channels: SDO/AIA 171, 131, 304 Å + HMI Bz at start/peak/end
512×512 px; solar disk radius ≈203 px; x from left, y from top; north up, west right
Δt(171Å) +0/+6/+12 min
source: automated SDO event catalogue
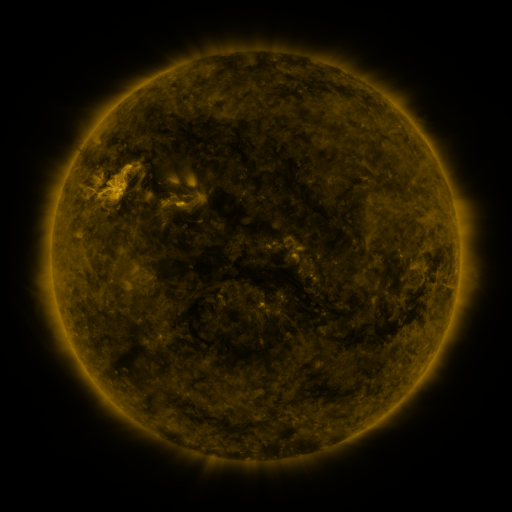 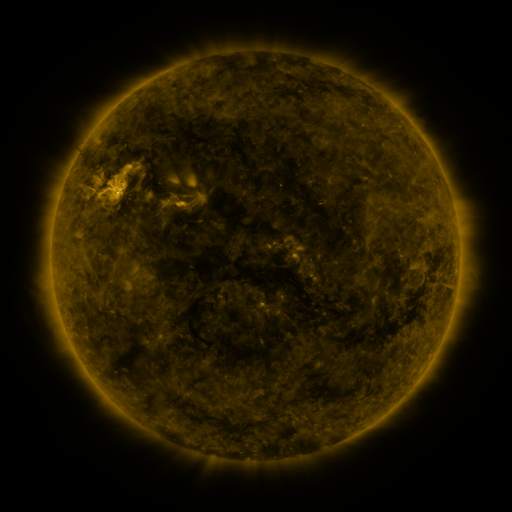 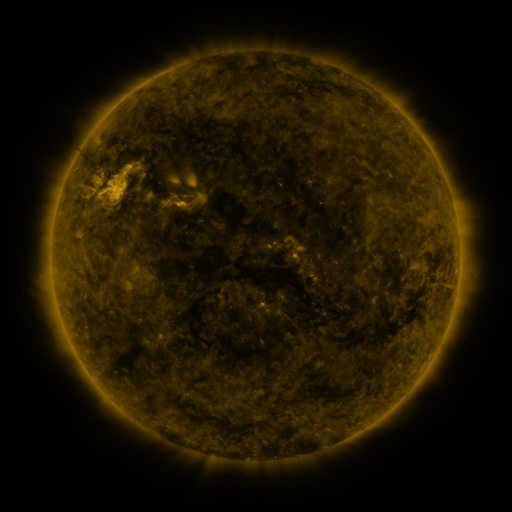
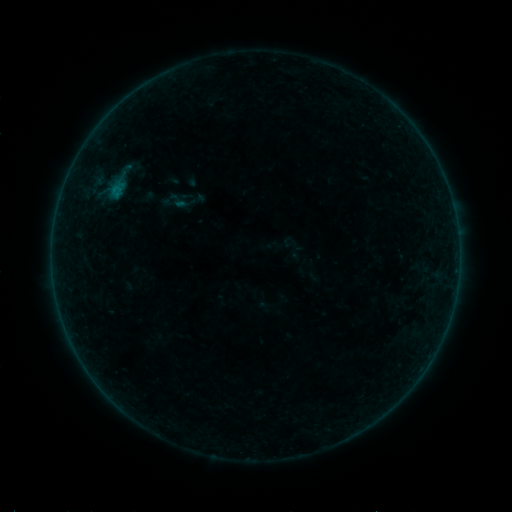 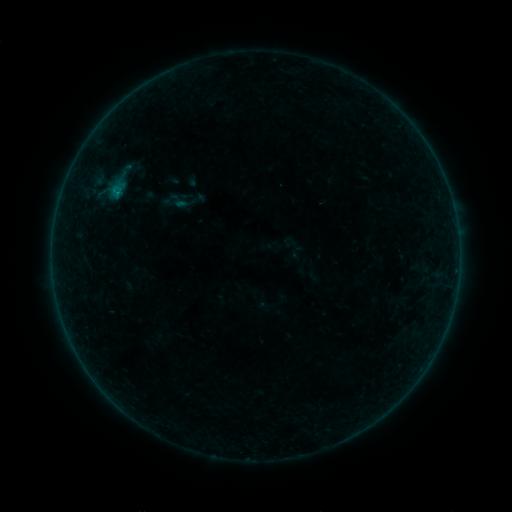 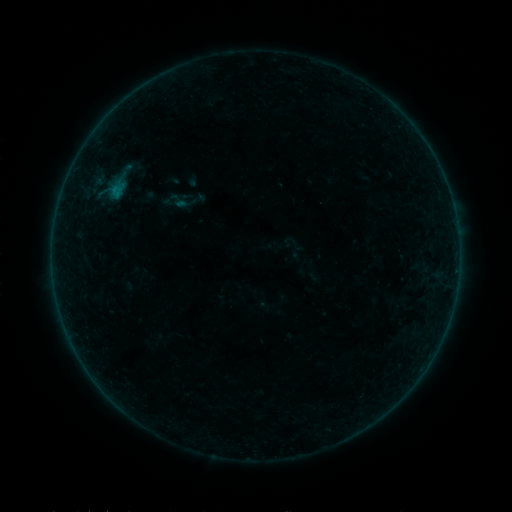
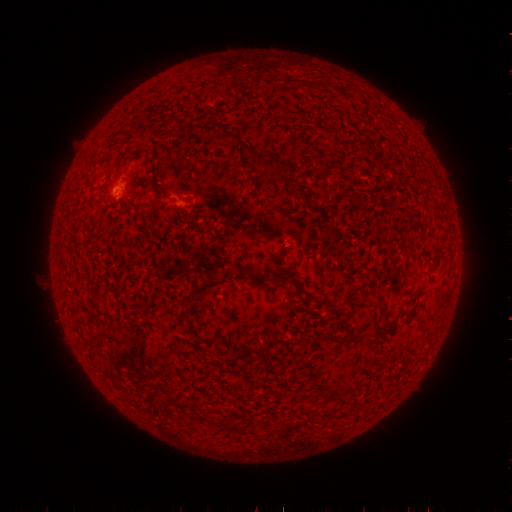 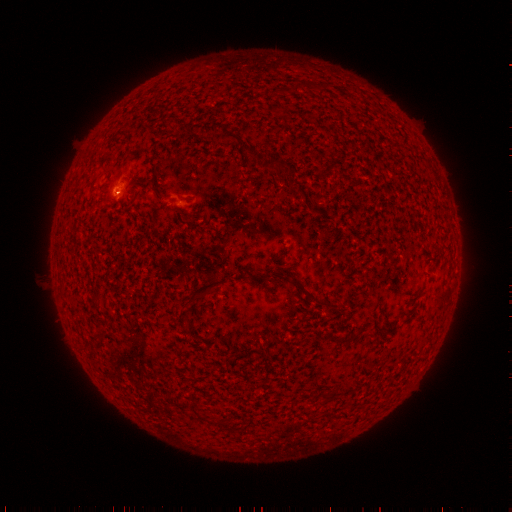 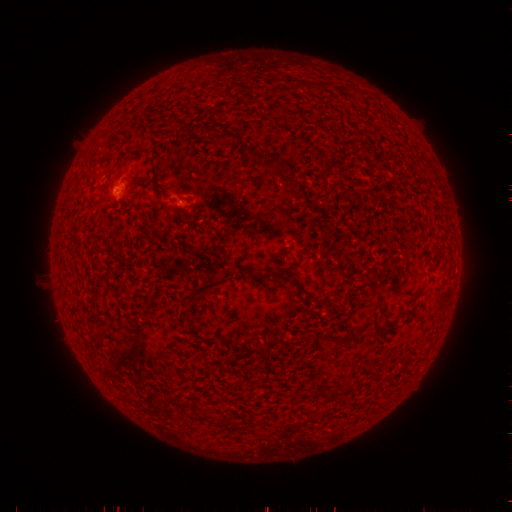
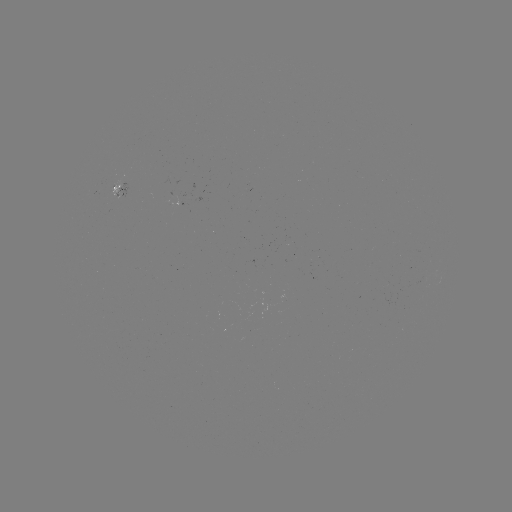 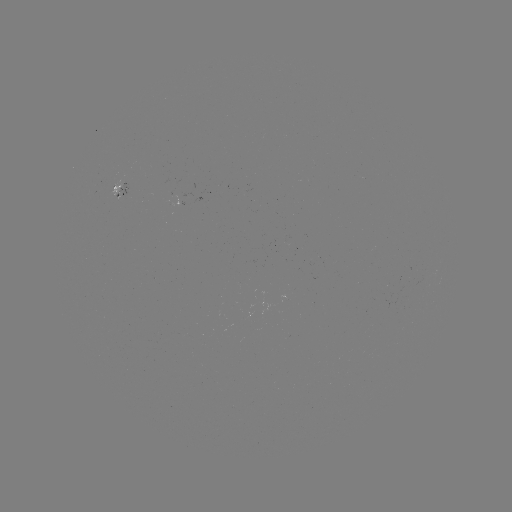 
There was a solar flare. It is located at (118, 192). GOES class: B1.0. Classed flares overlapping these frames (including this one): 1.